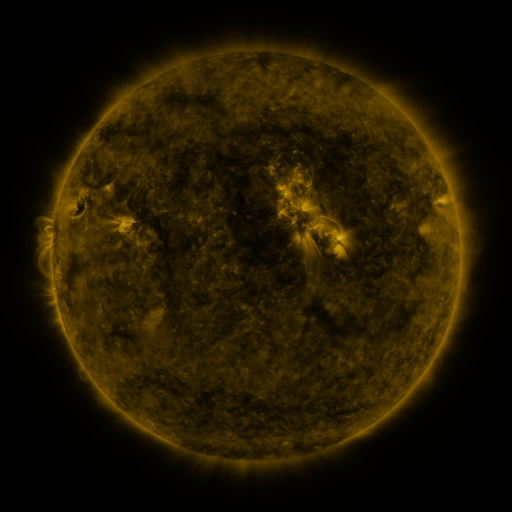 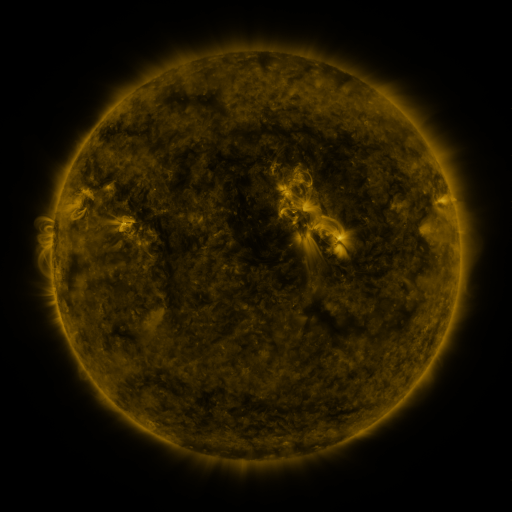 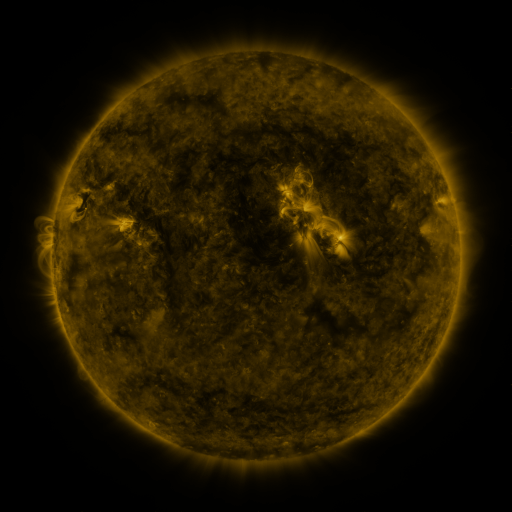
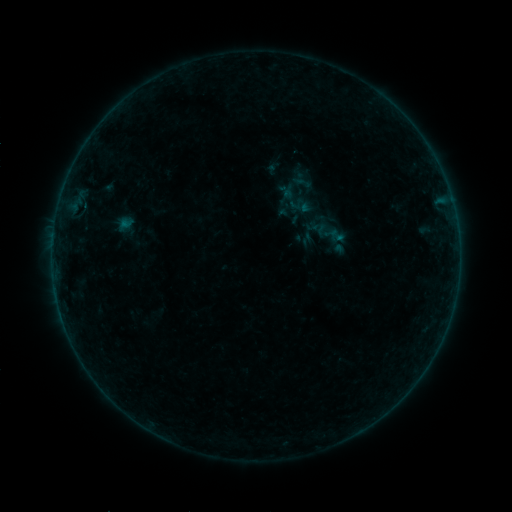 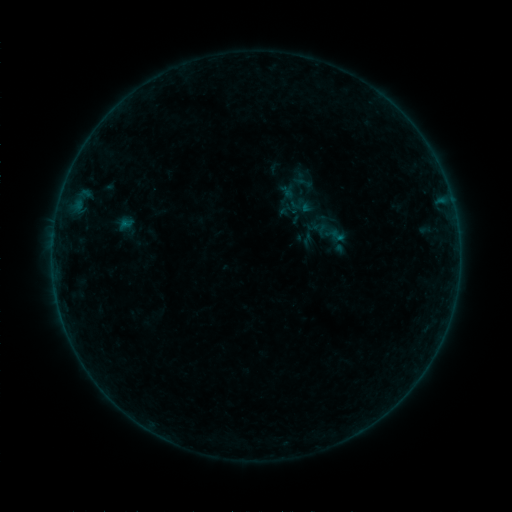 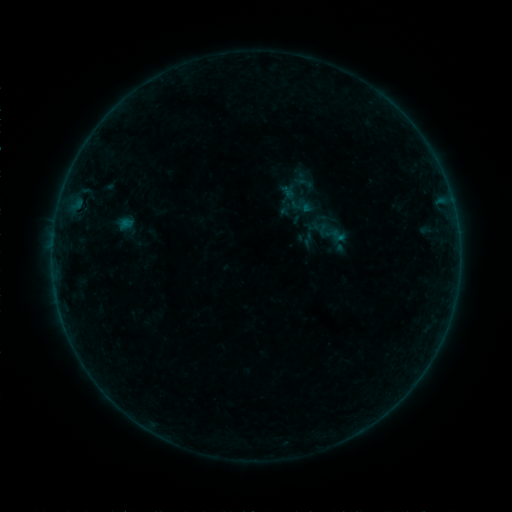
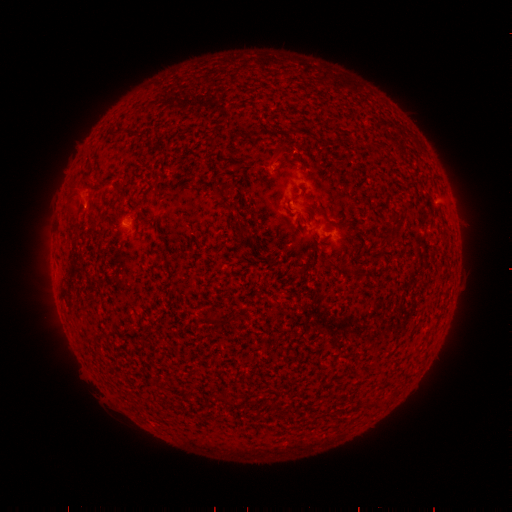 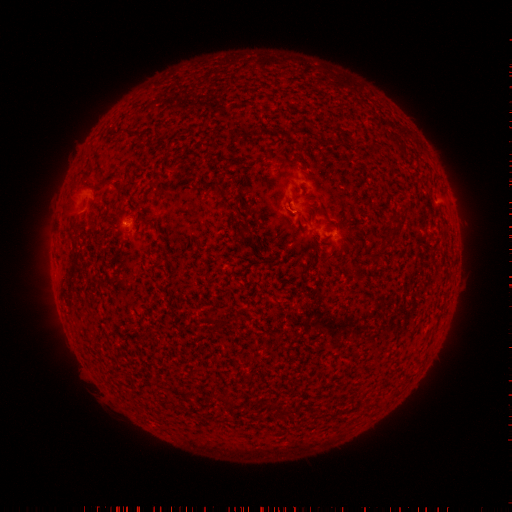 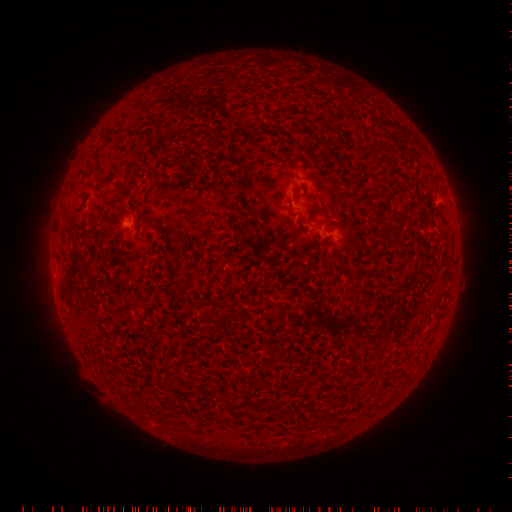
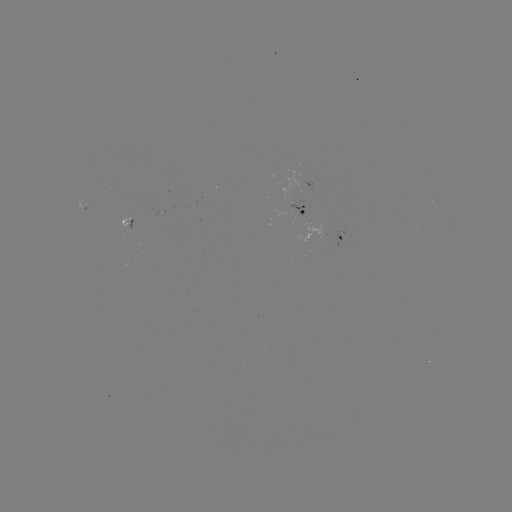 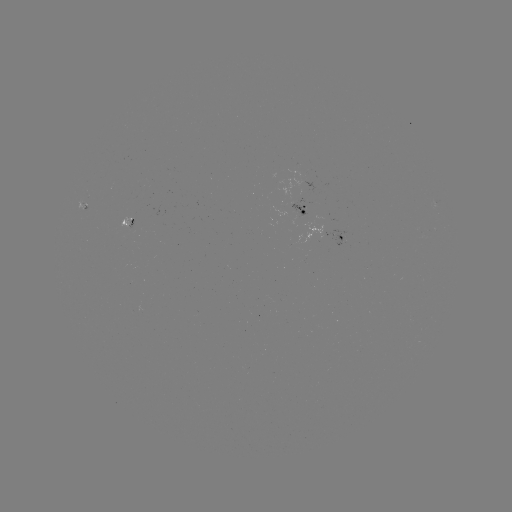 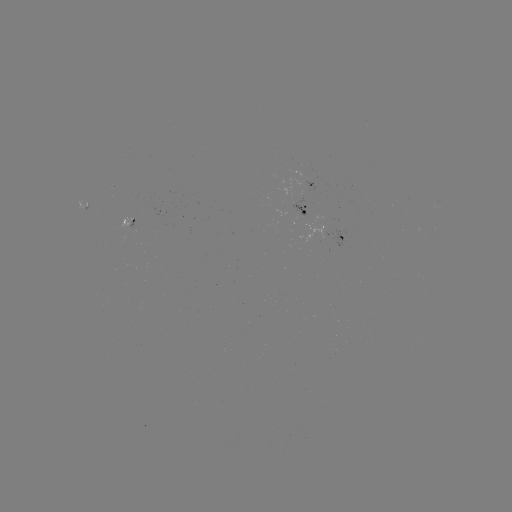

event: flare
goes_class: B1.4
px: (78, 212)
